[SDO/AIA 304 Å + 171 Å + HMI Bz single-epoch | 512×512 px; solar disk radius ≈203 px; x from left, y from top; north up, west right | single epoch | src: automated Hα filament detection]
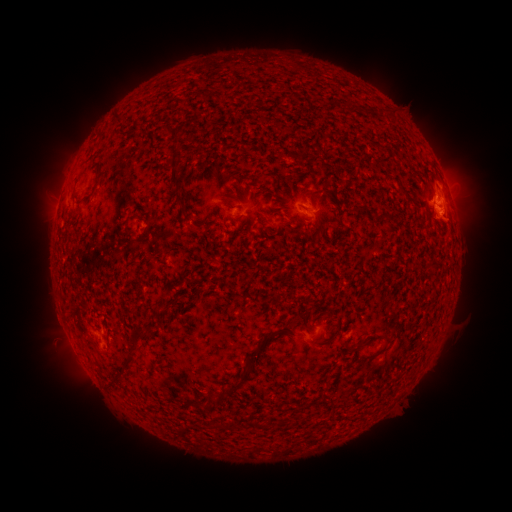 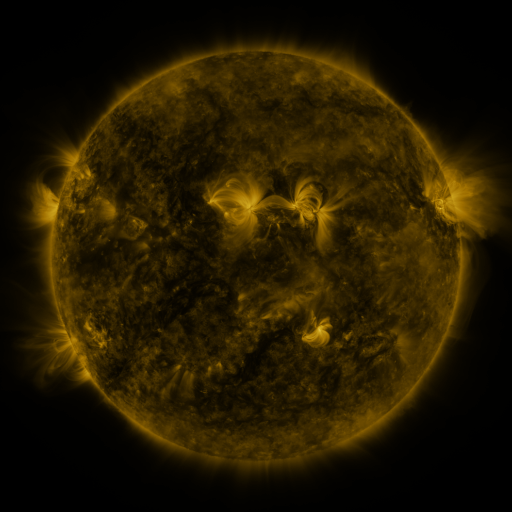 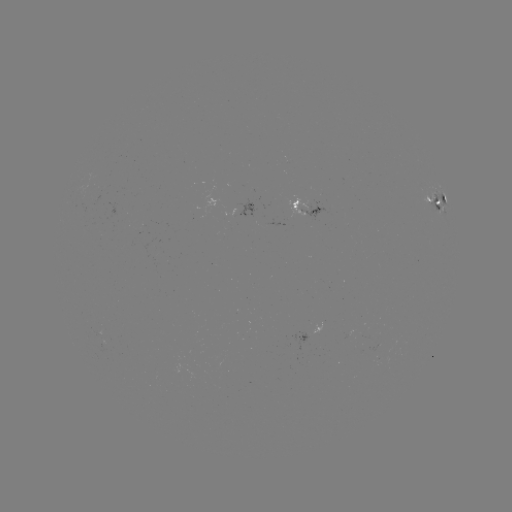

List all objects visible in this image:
filament: (173, 132)
filament: (176, 169)
filament: (179, 197)
filament: (444, 200)
filament: (188, 217)
filament: (155, 308)
filament: (139, 335)
filament: (264, 337)
filament: (370, 339)
filament: (345, 348)
filament: (129, 359)
filament: (241, 377)
filament: (251, 424)
